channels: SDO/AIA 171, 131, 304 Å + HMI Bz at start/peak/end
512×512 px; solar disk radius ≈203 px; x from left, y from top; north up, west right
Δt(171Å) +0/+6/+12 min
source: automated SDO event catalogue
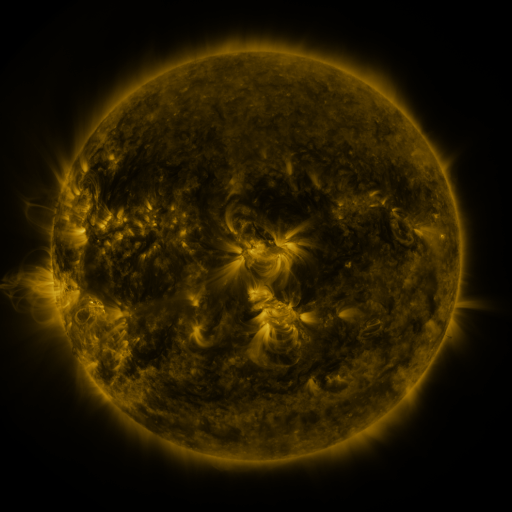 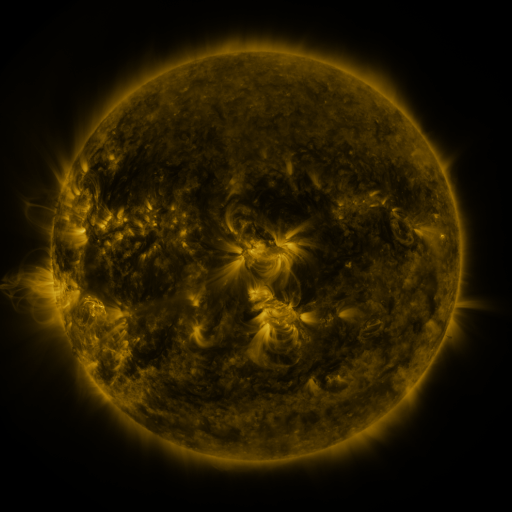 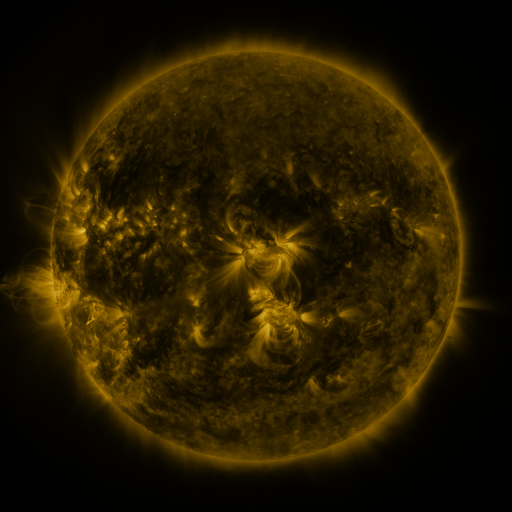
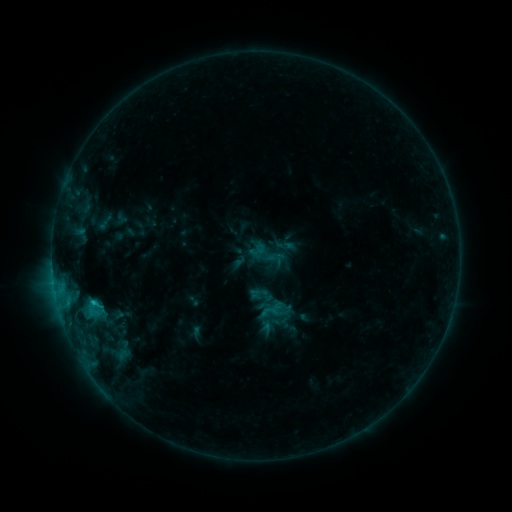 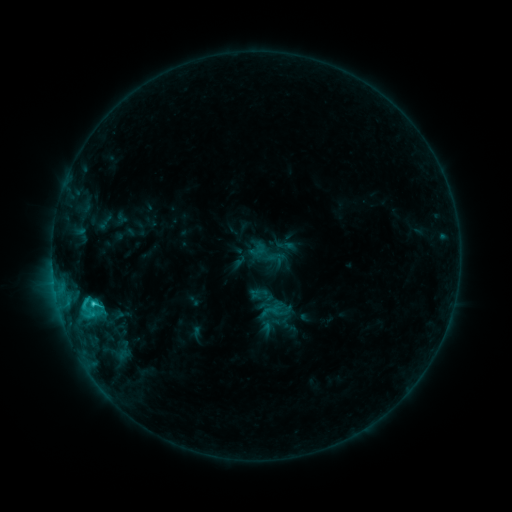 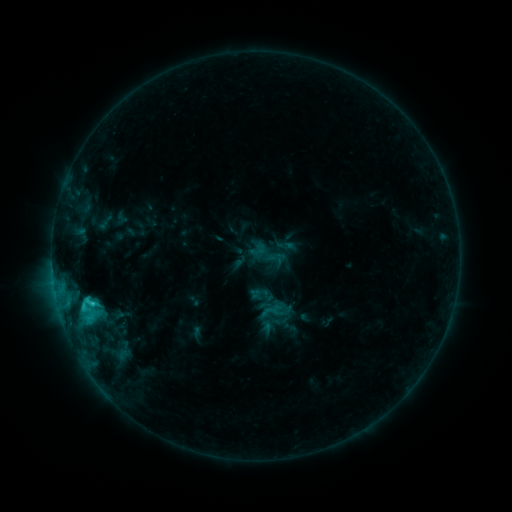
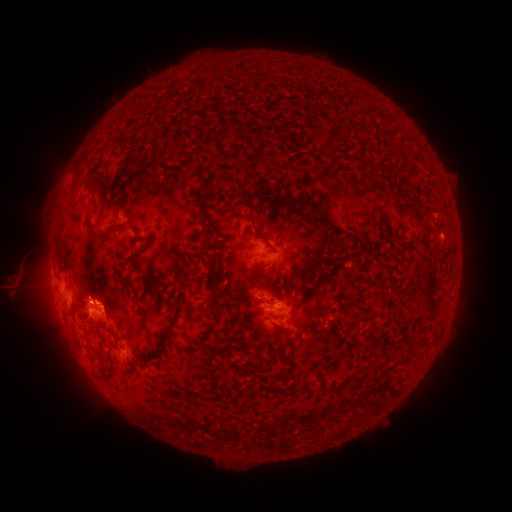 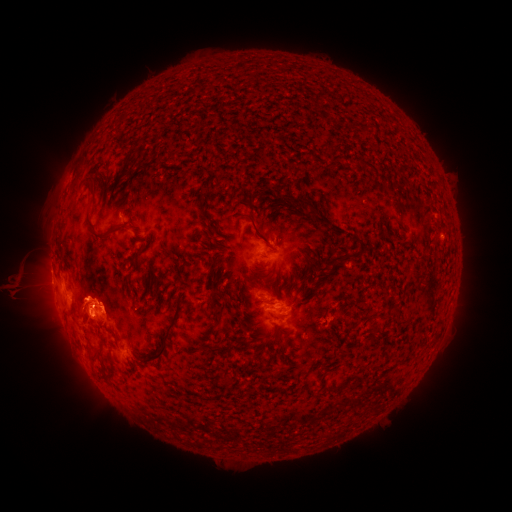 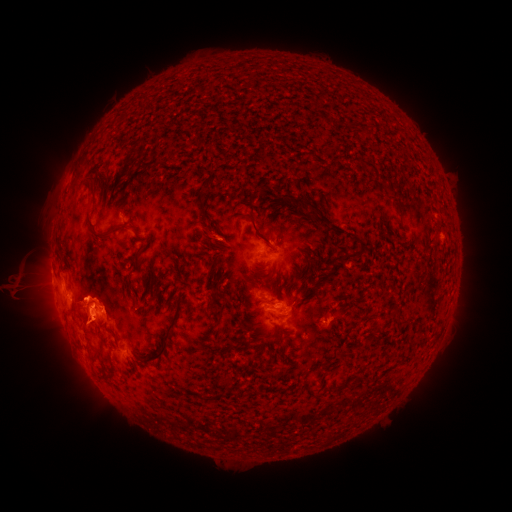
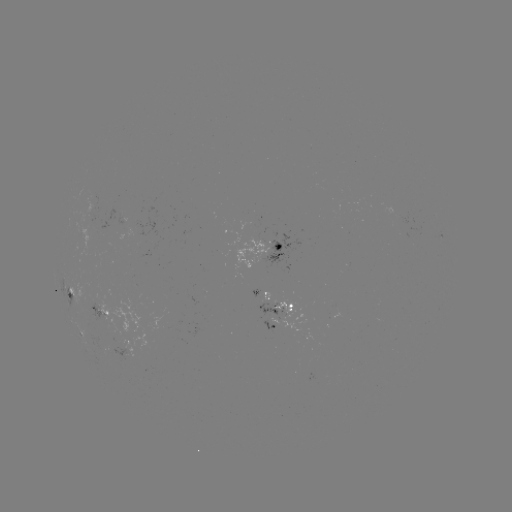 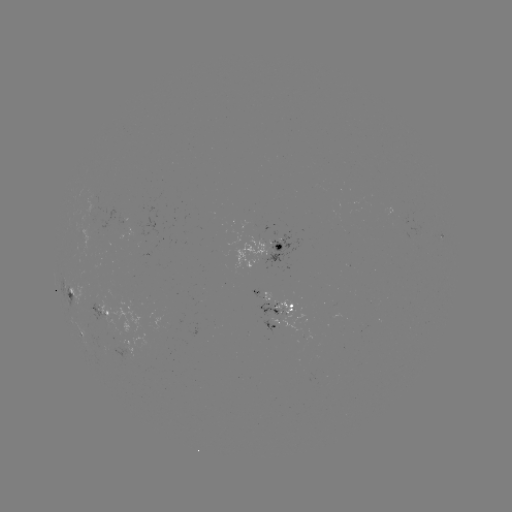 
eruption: <bbox>19, 300, 57, 346</bbox>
